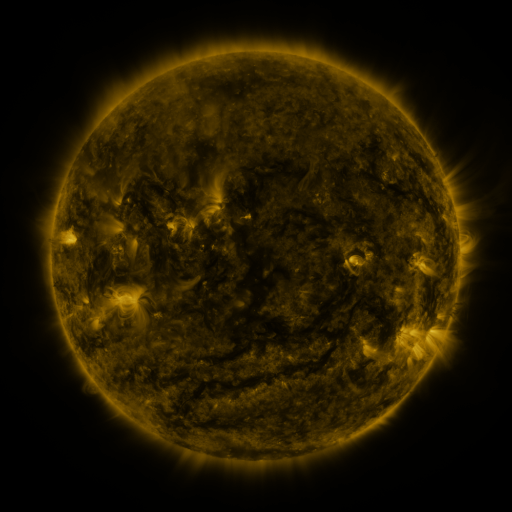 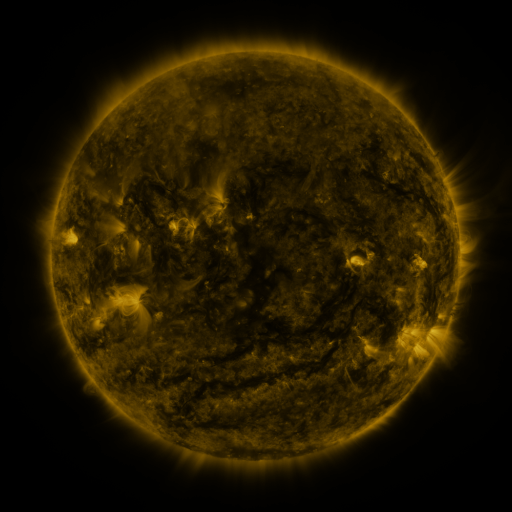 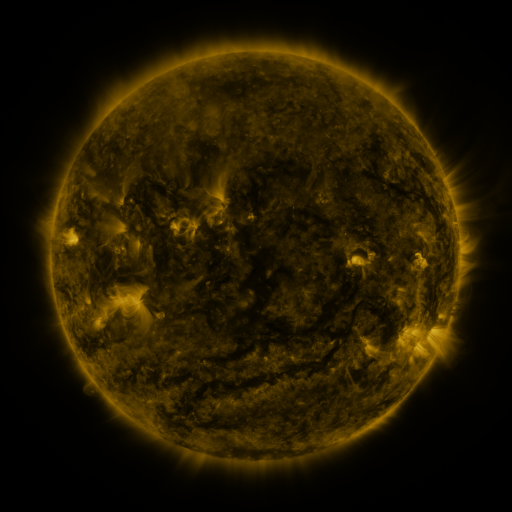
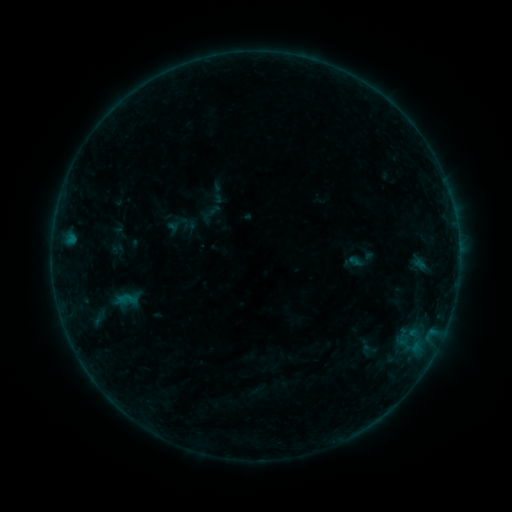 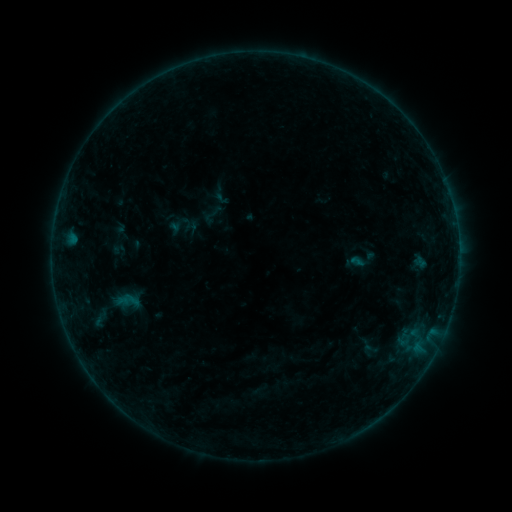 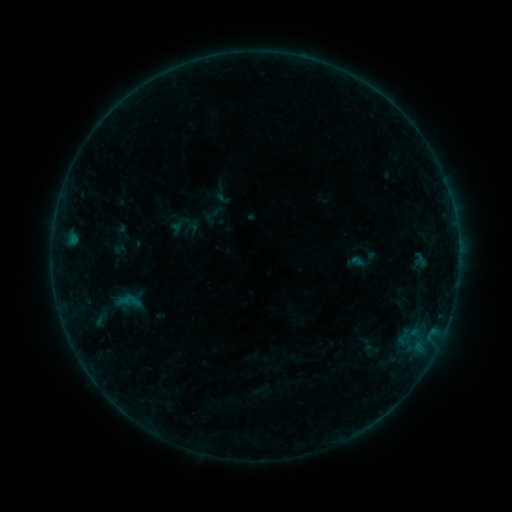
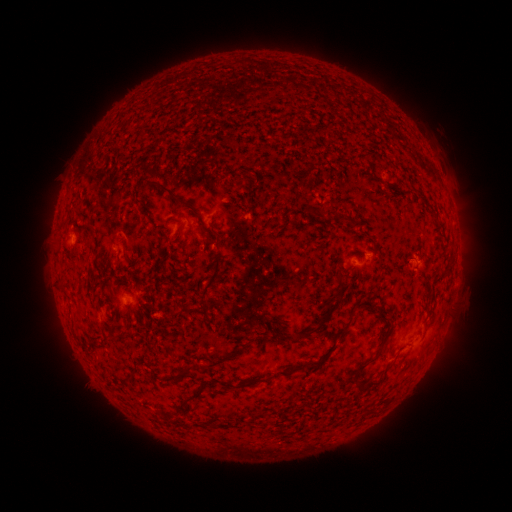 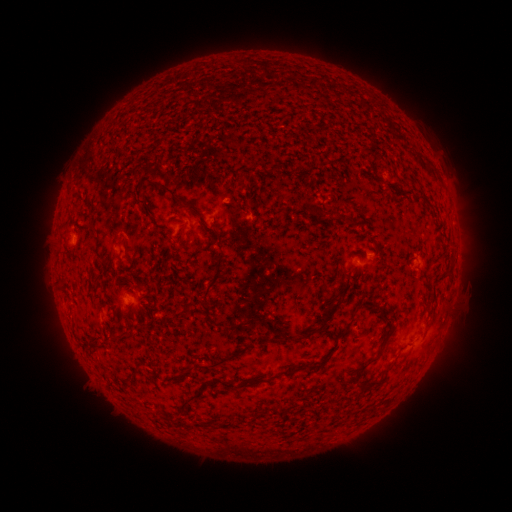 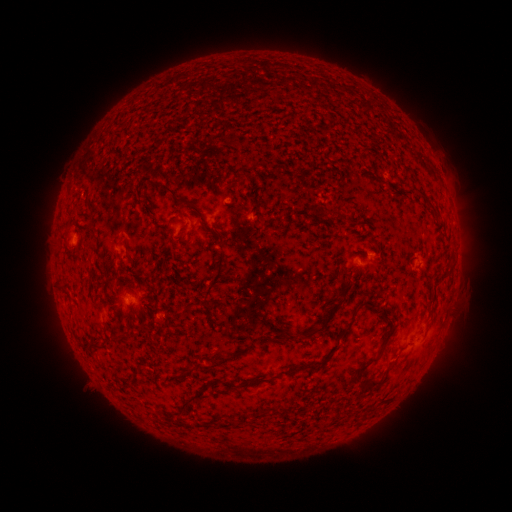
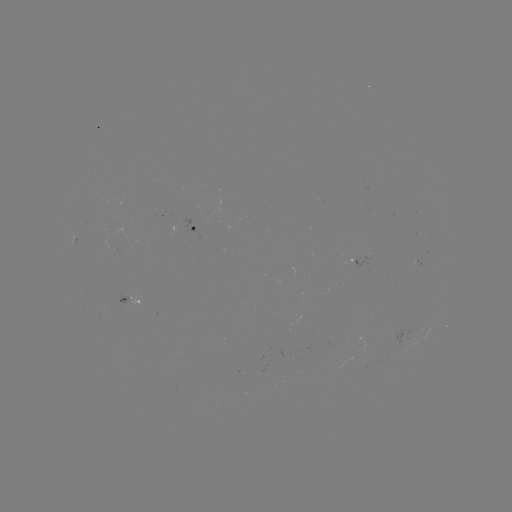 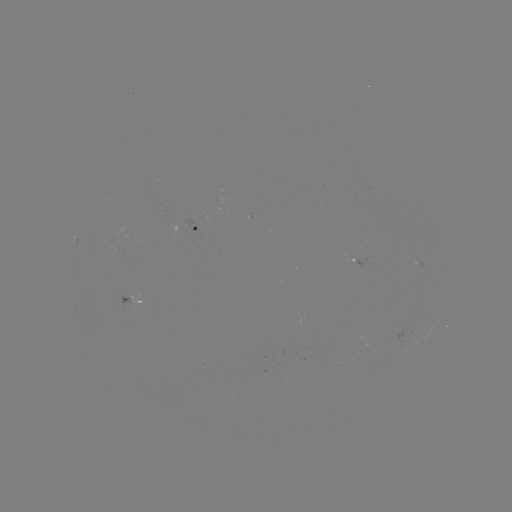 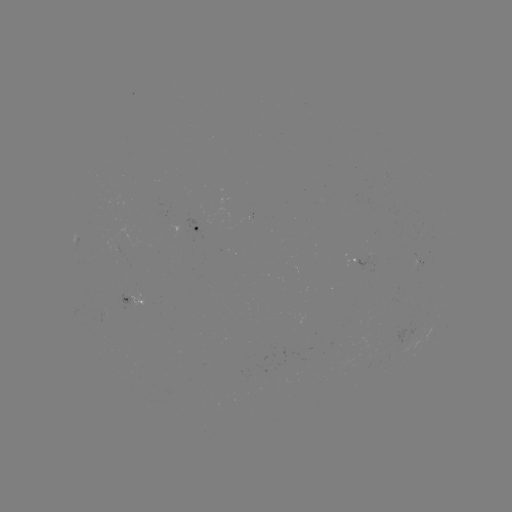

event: emerging-flux region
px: (116, 247)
